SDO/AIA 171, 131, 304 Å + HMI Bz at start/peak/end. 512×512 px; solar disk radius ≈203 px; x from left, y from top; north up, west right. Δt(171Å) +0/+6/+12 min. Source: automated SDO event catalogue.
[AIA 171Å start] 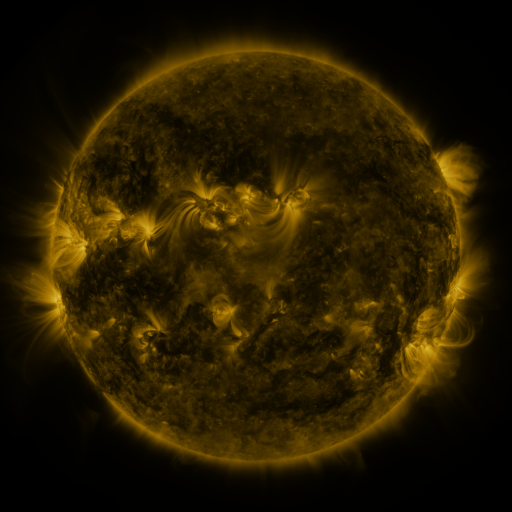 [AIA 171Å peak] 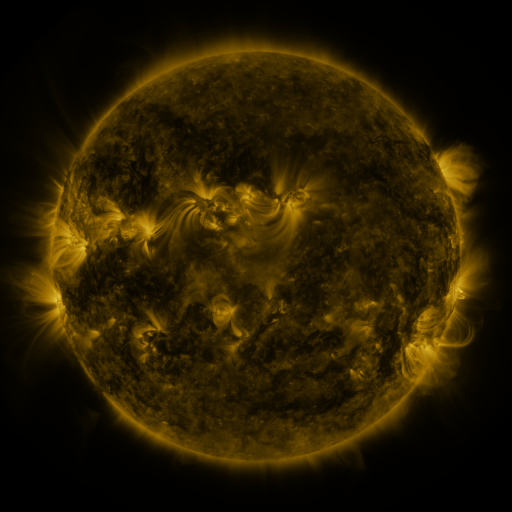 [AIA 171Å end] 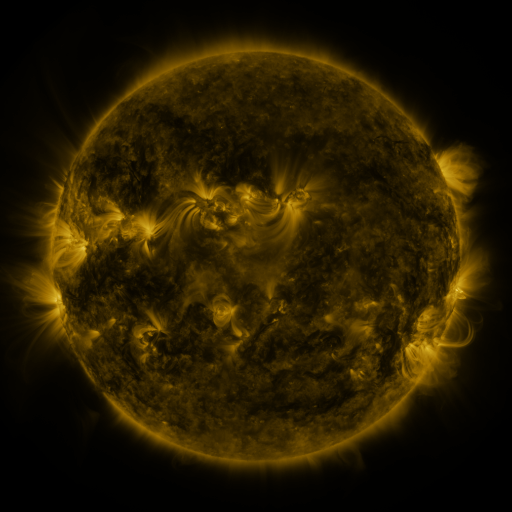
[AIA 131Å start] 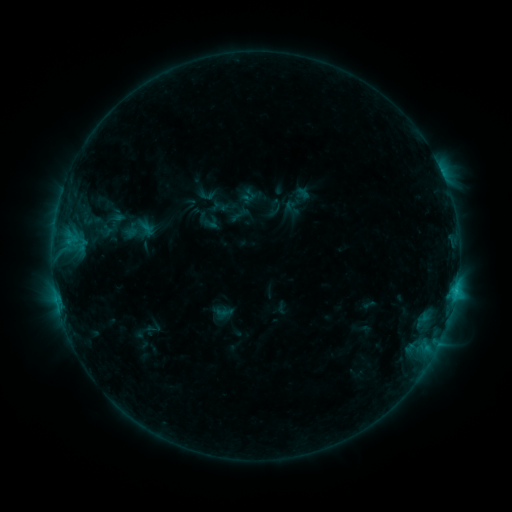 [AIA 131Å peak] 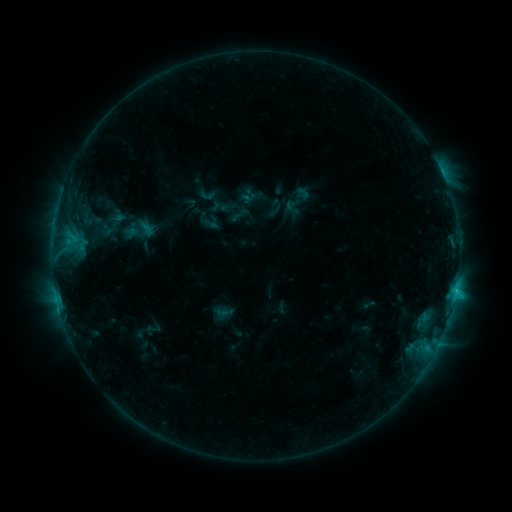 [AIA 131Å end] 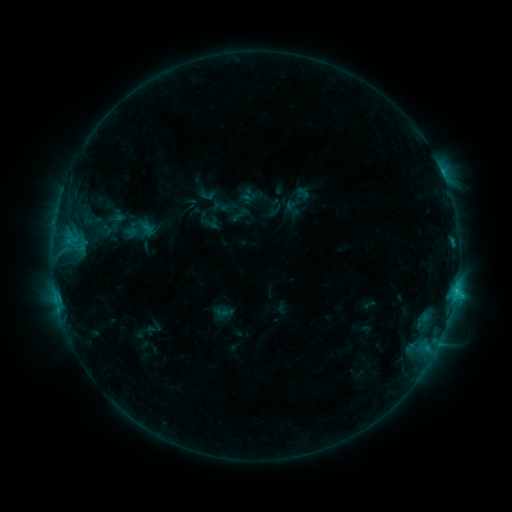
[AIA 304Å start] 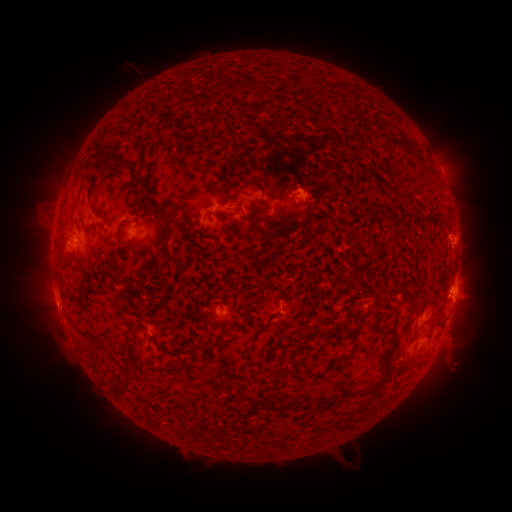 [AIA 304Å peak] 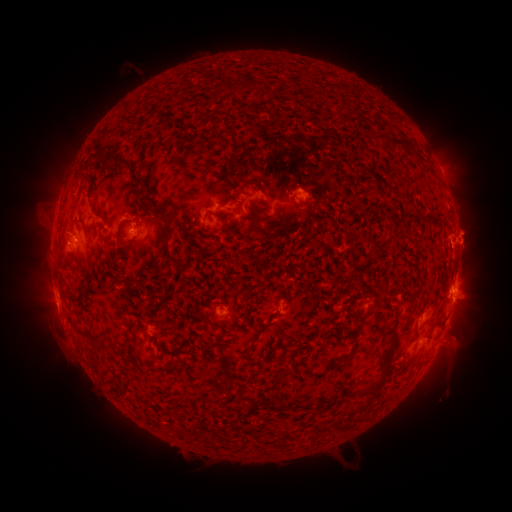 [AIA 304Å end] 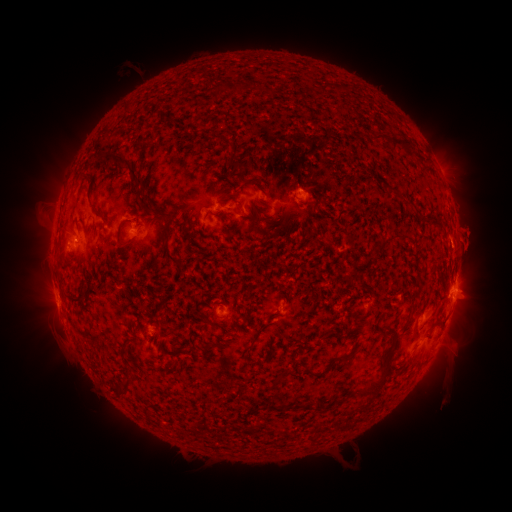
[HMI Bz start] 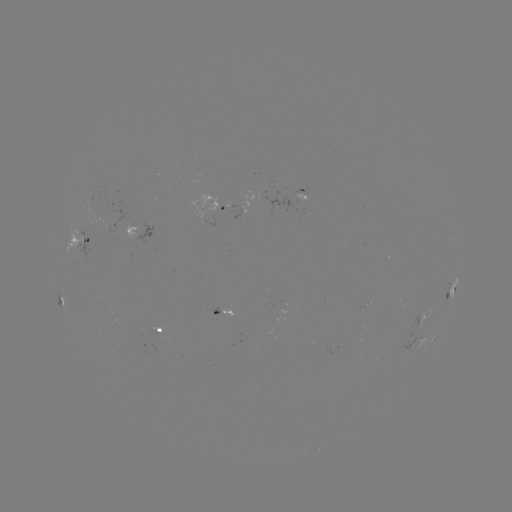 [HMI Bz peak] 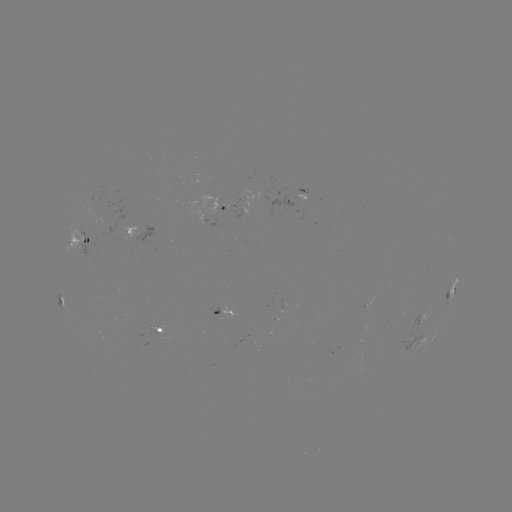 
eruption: [454, 179, 494, 207]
